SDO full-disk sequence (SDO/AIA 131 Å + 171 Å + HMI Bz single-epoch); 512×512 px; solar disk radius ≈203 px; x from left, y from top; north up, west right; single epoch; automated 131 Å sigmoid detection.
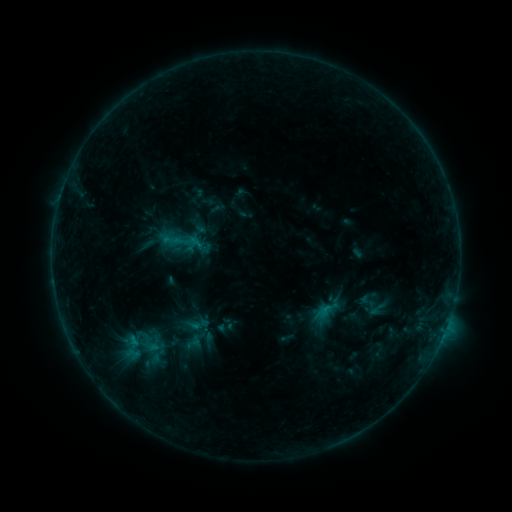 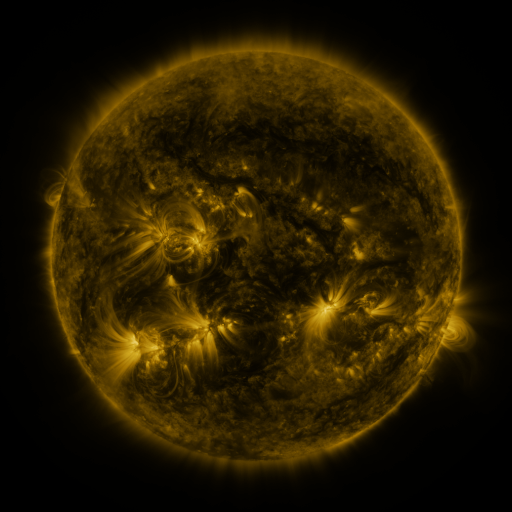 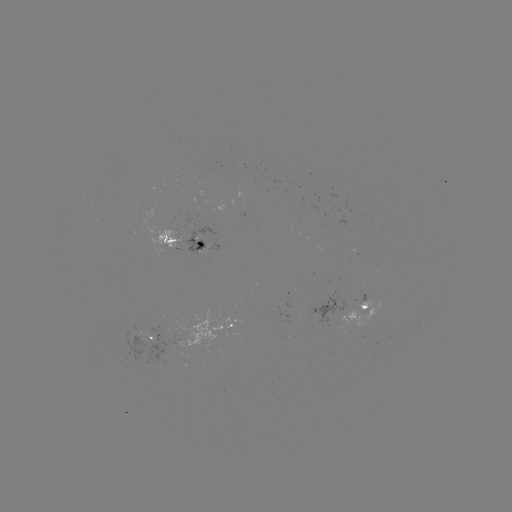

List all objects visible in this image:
sigmoid: (328, 308)
sigmoid: (151, 344)
